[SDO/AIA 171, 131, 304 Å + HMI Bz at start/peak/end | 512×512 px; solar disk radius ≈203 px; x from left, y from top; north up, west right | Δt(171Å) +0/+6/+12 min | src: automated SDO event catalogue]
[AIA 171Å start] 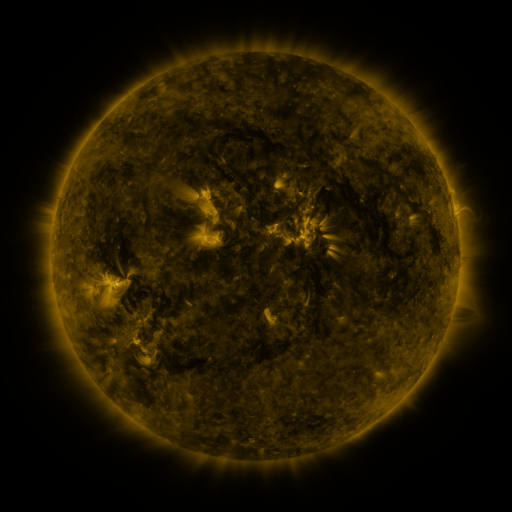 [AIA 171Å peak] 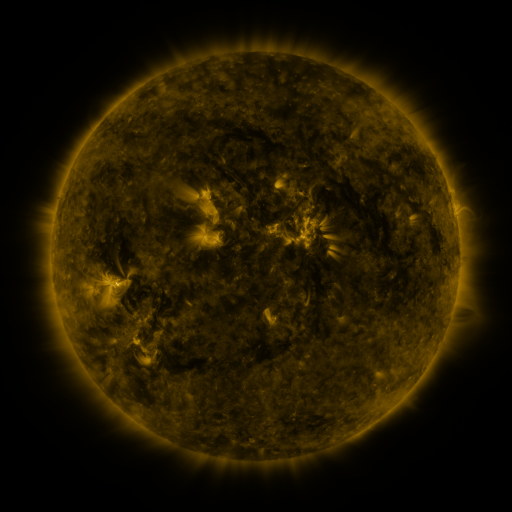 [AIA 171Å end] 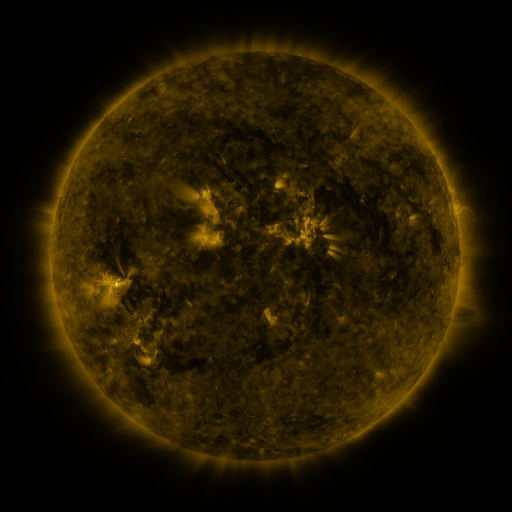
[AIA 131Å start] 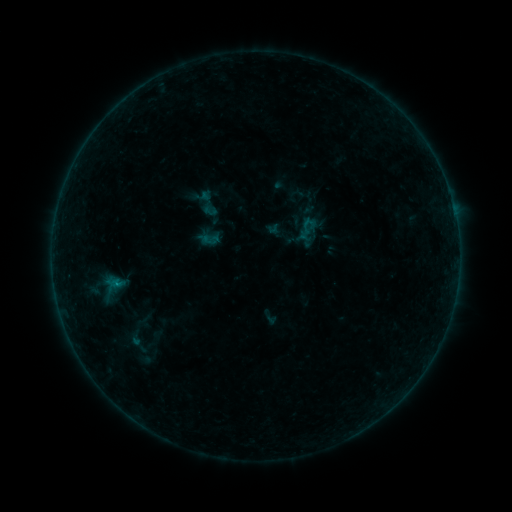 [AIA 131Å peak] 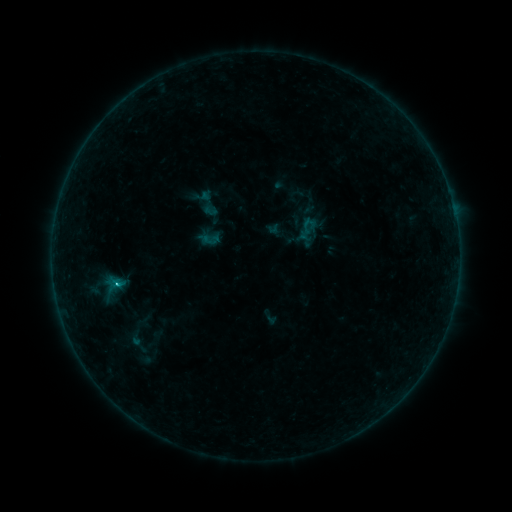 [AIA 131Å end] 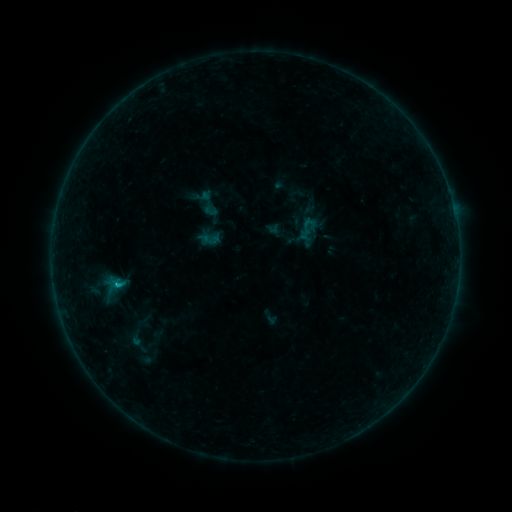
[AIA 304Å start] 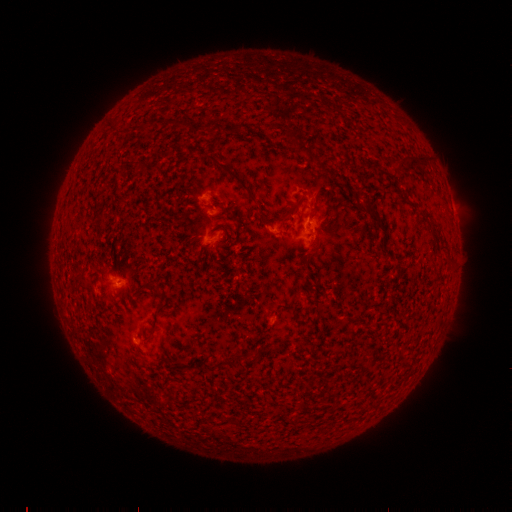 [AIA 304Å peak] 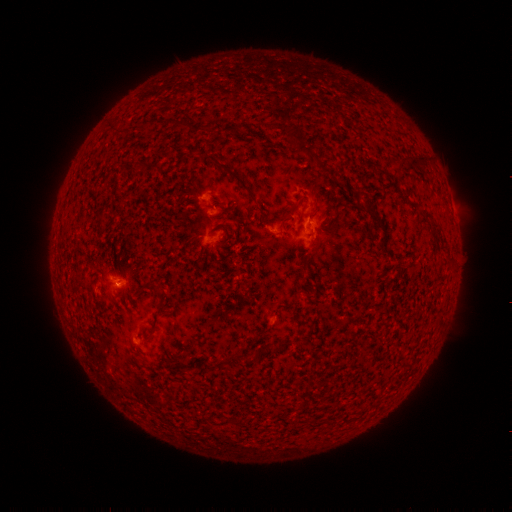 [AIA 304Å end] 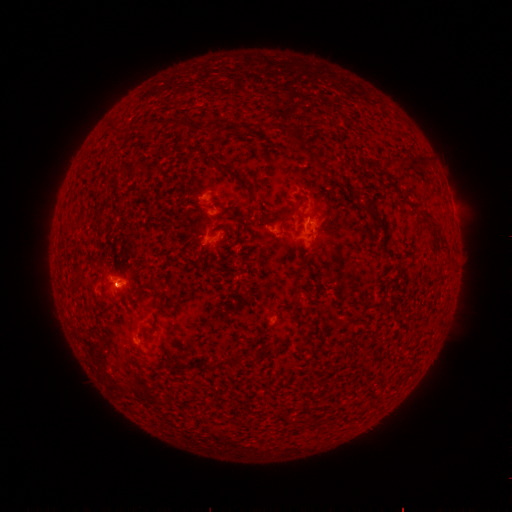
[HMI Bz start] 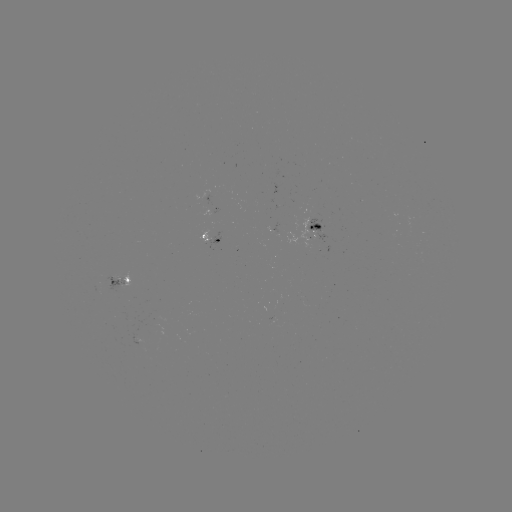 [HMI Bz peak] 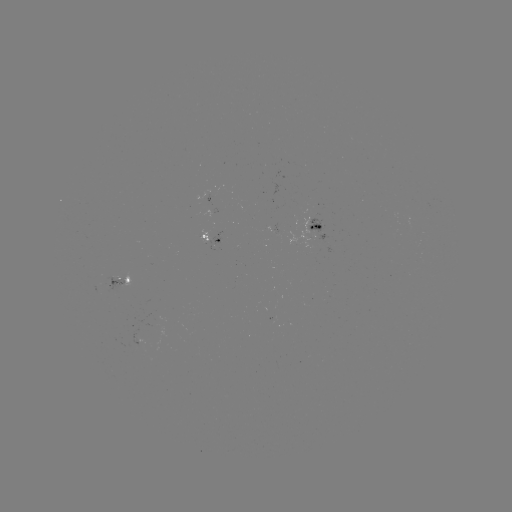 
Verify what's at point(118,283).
C1.0 flare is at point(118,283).